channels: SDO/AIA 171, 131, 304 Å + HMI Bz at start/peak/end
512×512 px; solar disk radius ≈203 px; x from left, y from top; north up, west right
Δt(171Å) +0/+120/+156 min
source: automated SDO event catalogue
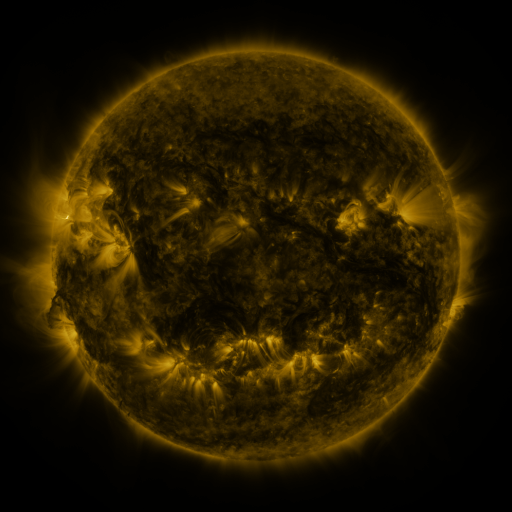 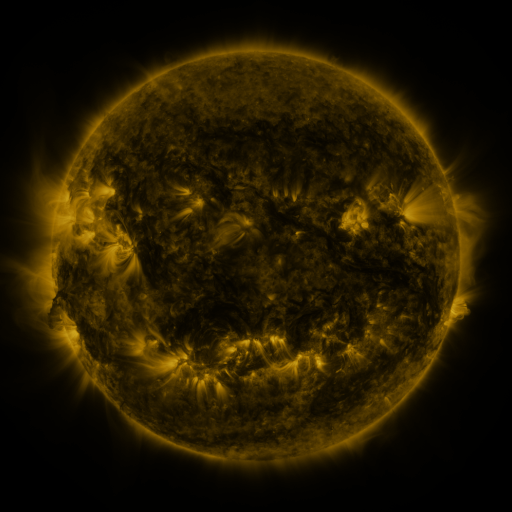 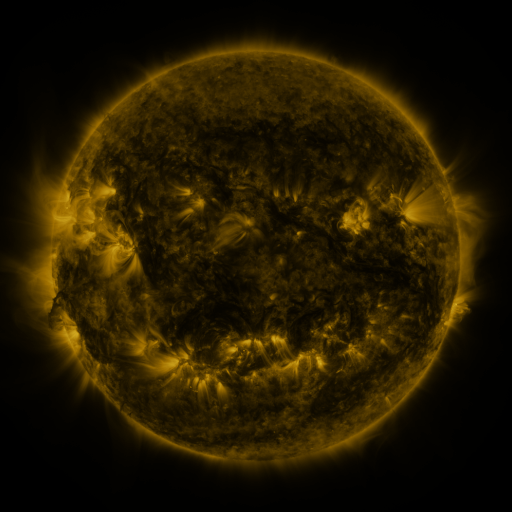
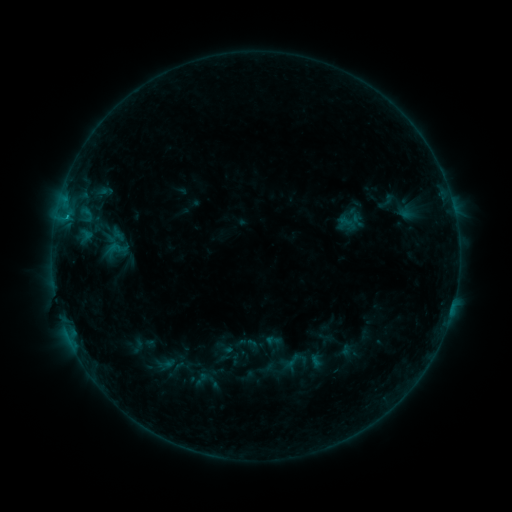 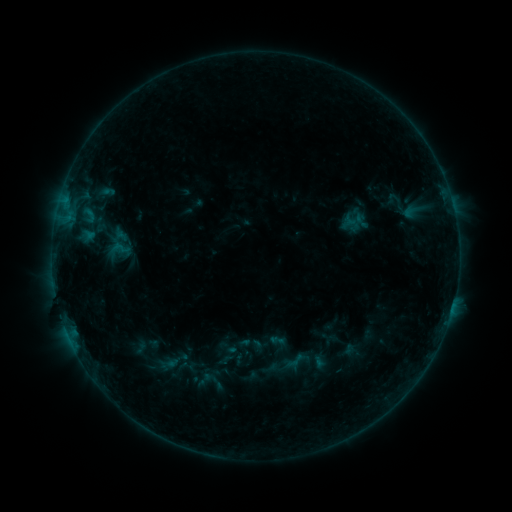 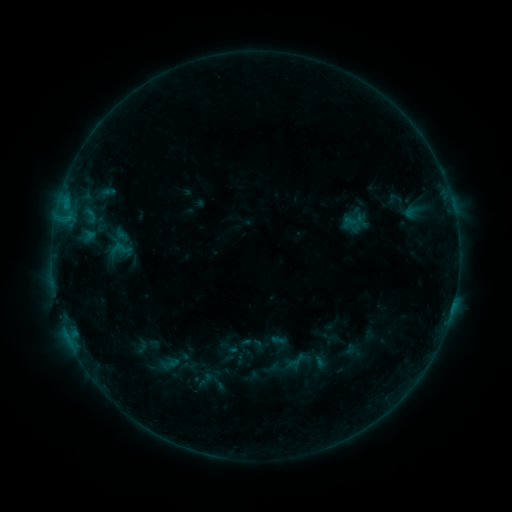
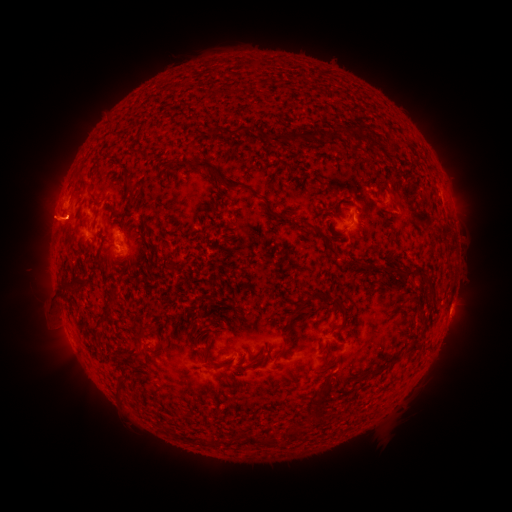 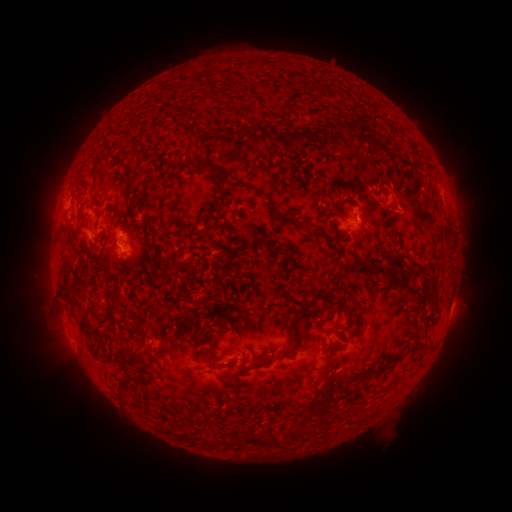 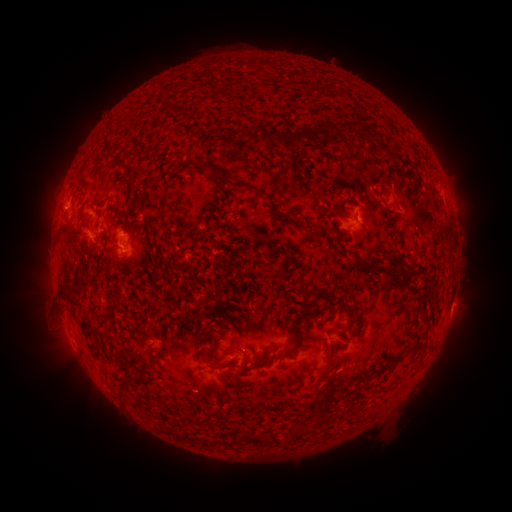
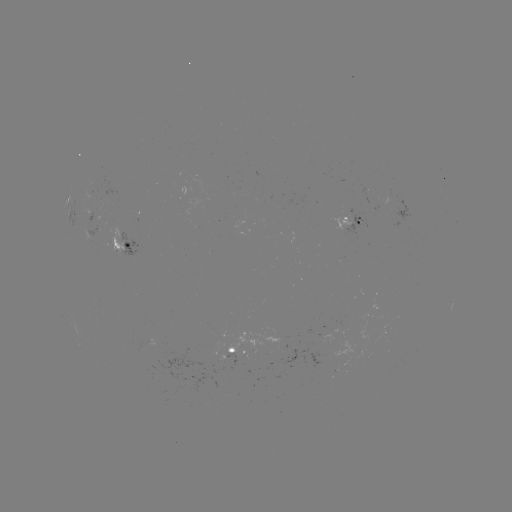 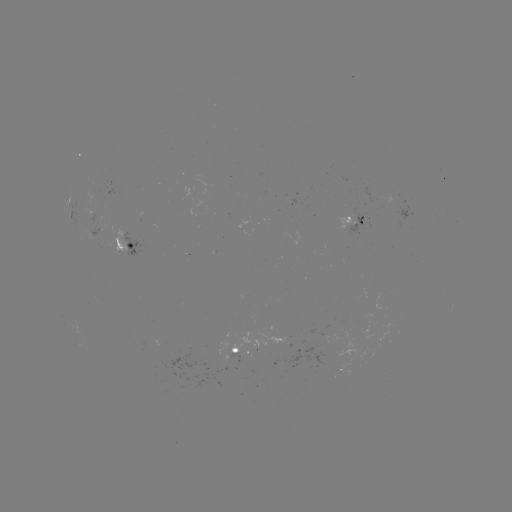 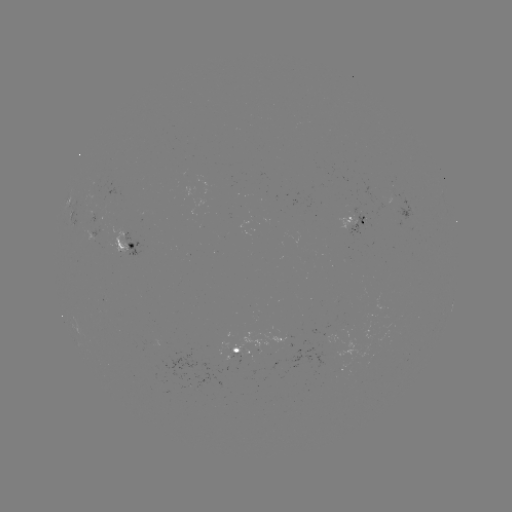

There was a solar emerging-flux region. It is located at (358, 216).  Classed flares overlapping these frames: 1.